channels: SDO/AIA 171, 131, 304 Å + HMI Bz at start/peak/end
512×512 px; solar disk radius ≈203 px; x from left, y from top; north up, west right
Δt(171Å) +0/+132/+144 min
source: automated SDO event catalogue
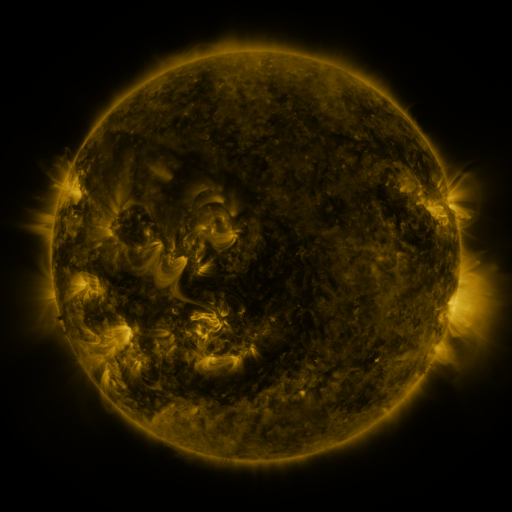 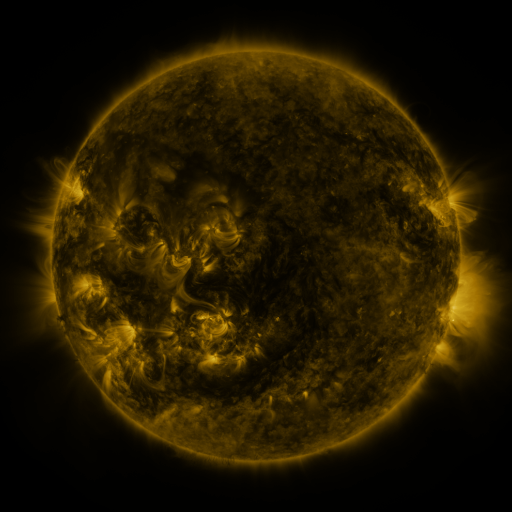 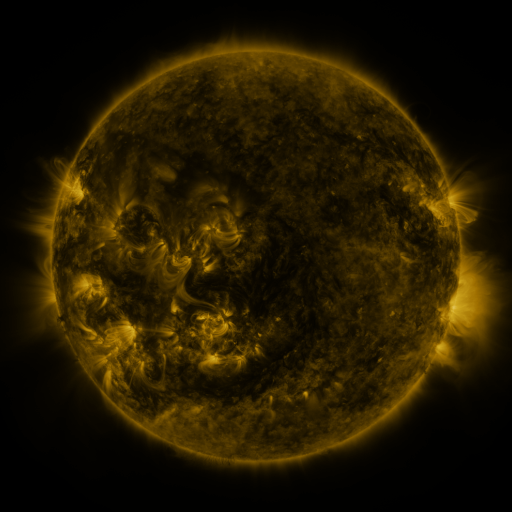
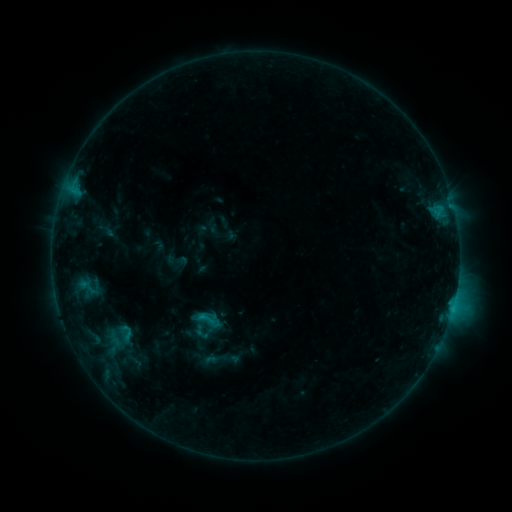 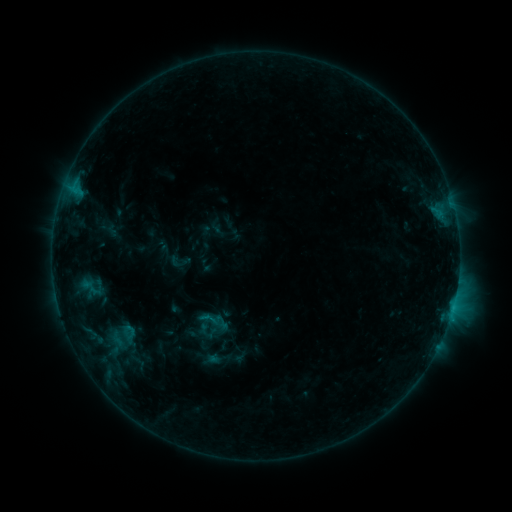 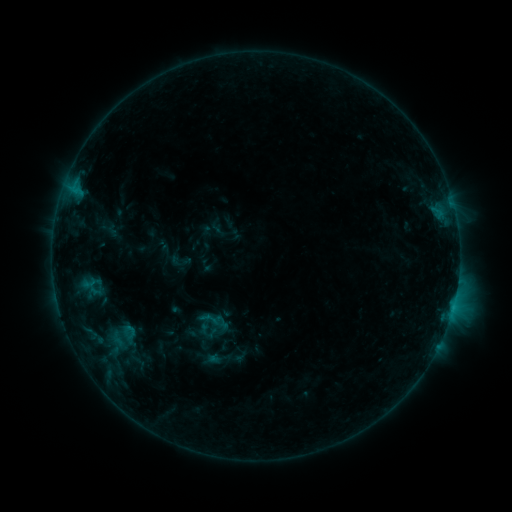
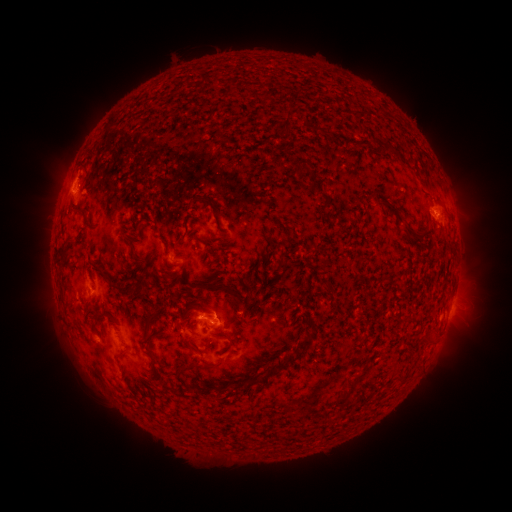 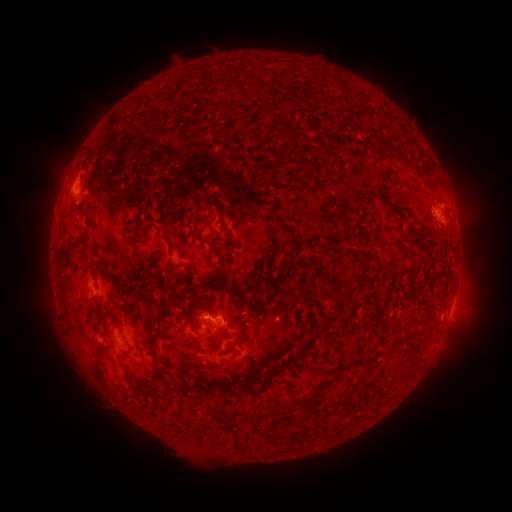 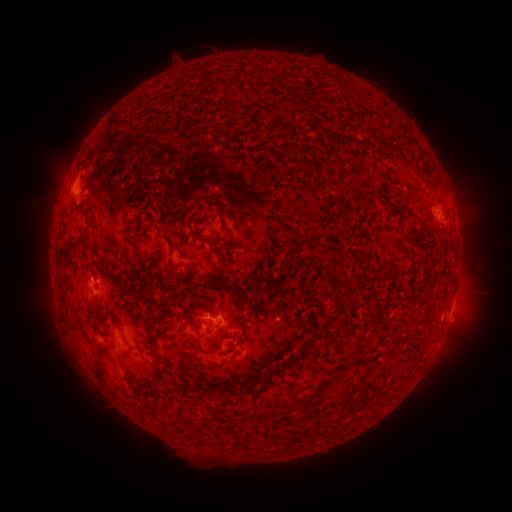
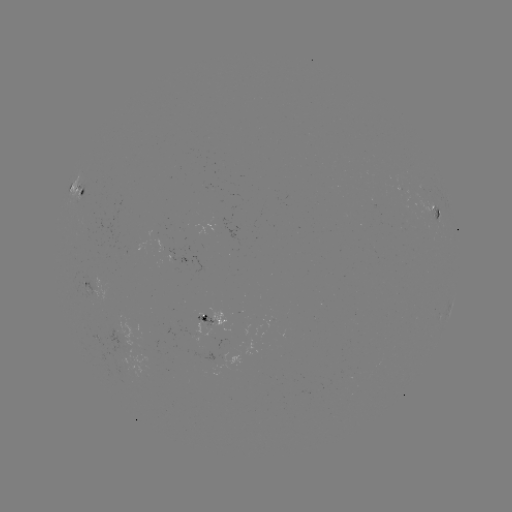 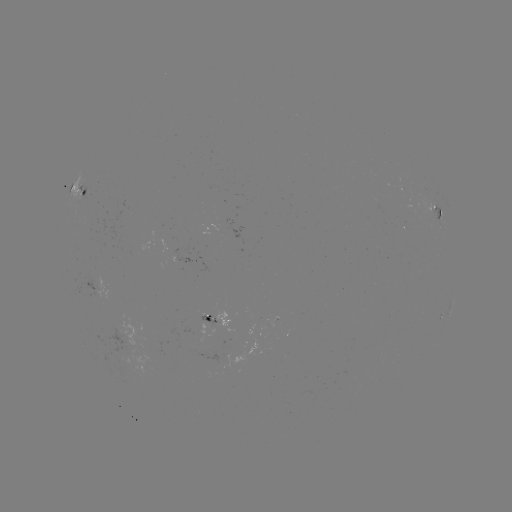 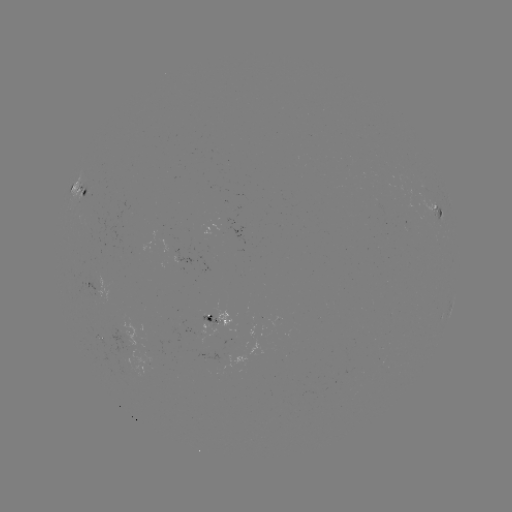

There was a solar emerging-flux region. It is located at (145, 340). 